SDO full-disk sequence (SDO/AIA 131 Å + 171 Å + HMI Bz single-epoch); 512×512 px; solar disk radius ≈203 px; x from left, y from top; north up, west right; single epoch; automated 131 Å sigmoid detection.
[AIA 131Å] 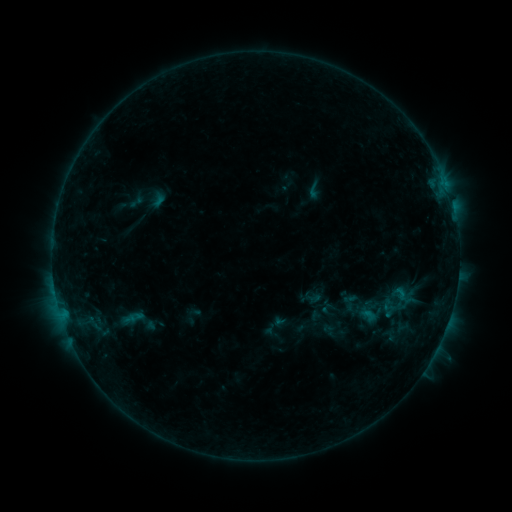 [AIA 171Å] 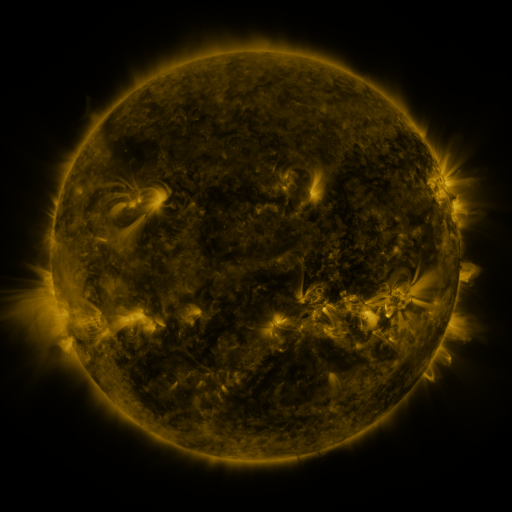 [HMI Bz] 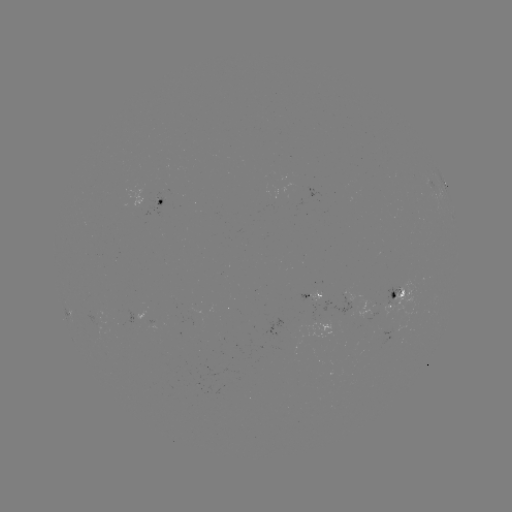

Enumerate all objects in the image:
sigmoid: (314, 190)
